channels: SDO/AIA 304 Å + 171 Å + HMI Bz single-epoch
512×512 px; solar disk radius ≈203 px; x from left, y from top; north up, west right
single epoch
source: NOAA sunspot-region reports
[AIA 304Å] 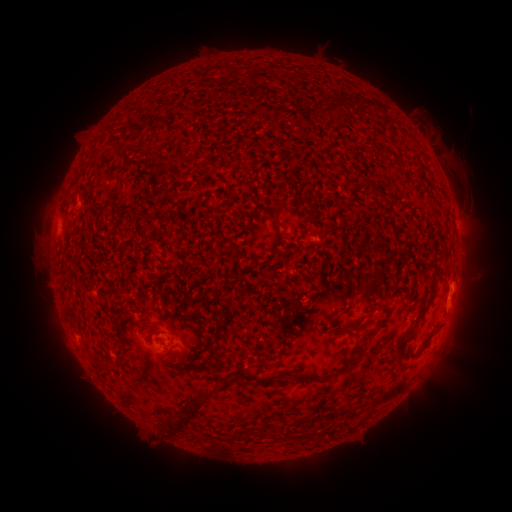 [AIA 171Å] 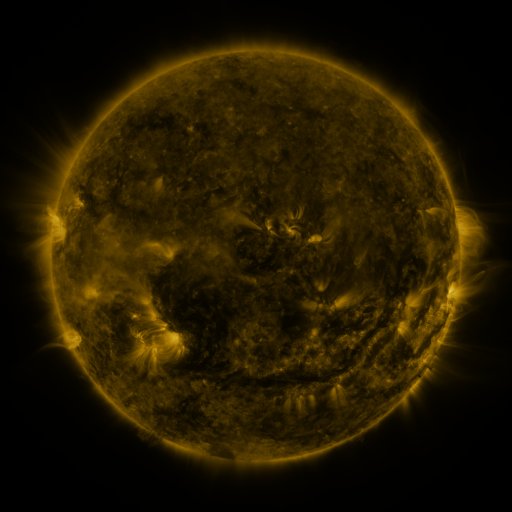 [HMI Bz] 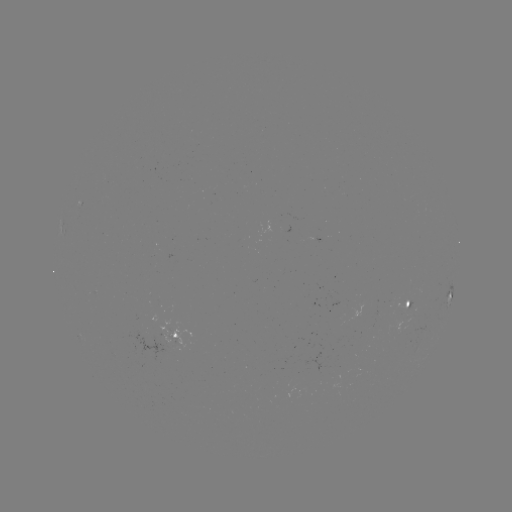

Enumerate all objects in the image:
spotted active region: (318, 241)
spotted active region: (450, 298)
spotted active region: (406, 304)
spotted active region: (168, 334)
